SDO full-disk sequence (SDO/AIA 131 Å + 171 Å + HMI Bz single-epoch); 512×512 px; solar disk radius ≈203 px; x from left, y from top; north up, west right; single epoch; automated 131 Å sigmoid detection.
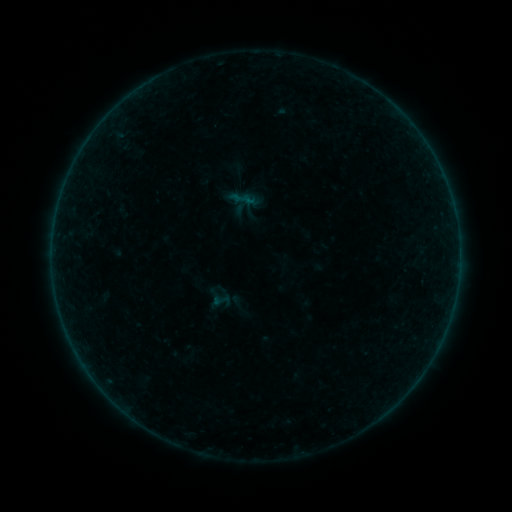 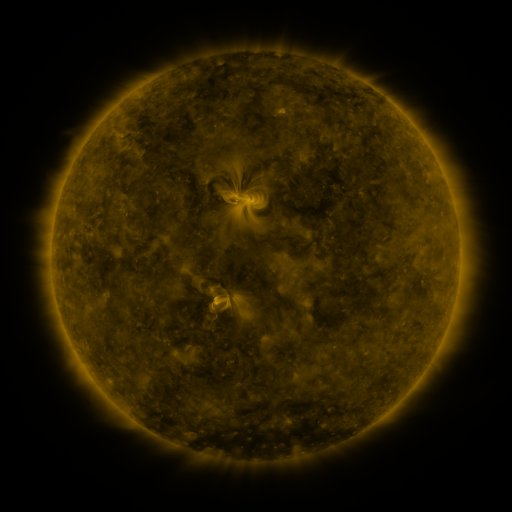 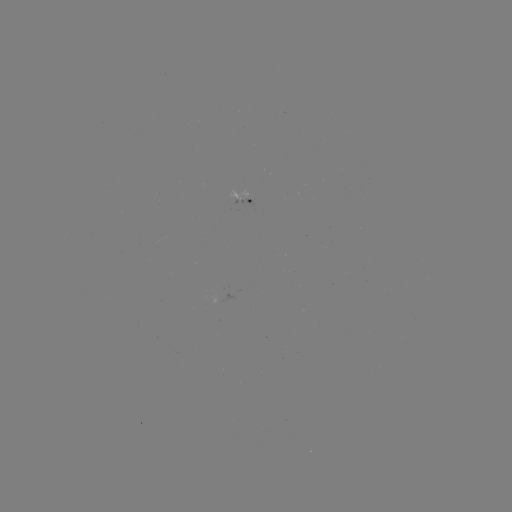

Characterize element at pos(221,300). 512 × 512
sigmoid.